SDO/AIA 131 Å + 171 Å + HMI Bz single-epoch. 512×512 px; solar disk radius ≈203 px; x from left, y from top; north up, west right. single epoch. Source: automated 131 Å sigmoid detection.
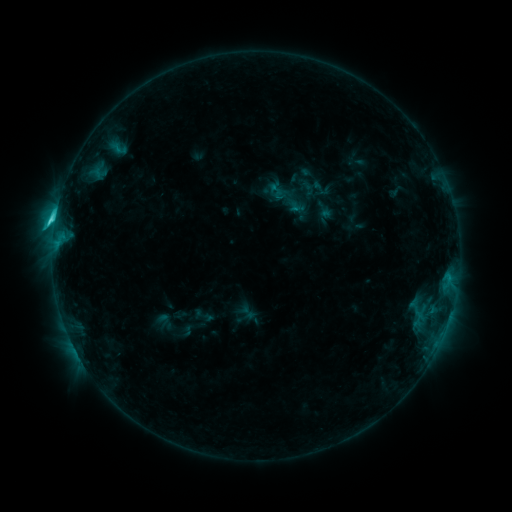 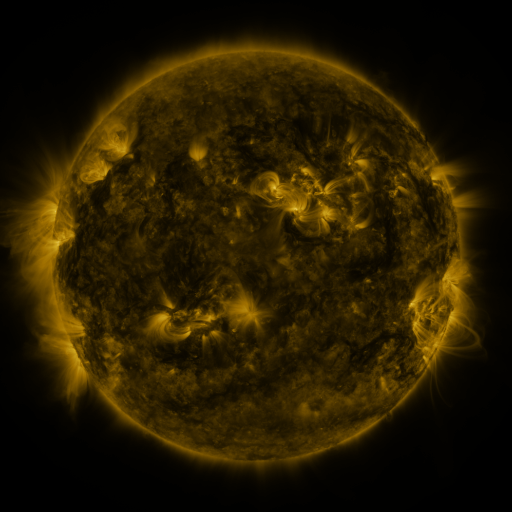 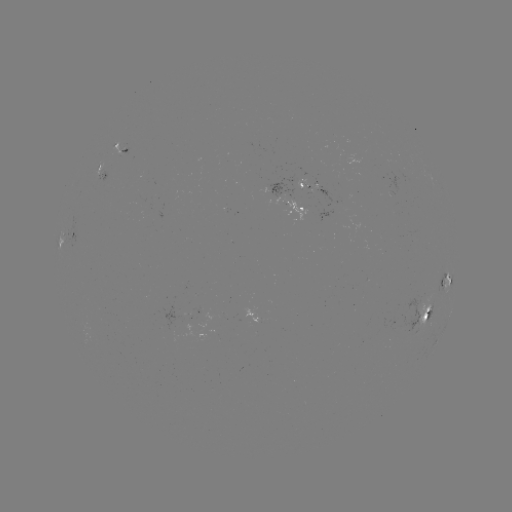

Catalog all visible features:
sigmoid: (248, 313)
